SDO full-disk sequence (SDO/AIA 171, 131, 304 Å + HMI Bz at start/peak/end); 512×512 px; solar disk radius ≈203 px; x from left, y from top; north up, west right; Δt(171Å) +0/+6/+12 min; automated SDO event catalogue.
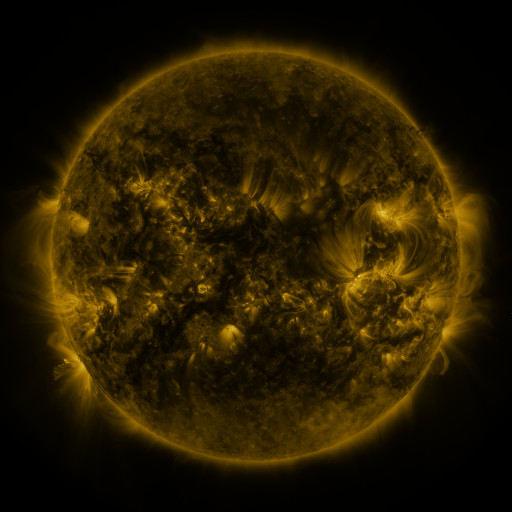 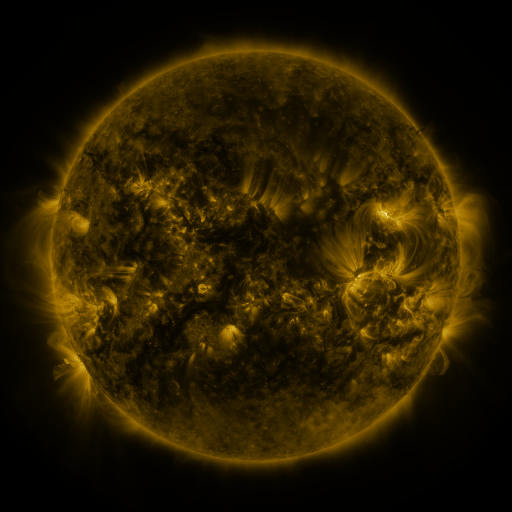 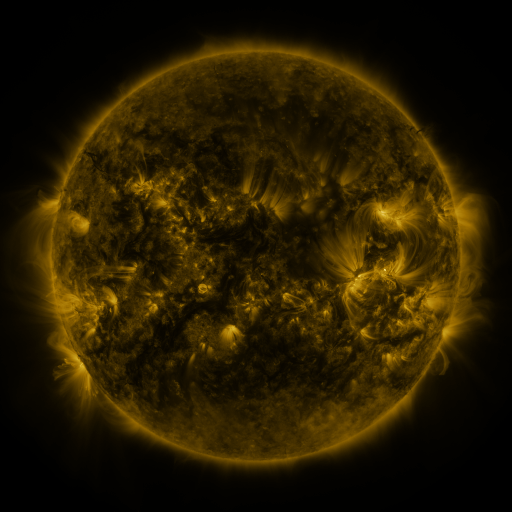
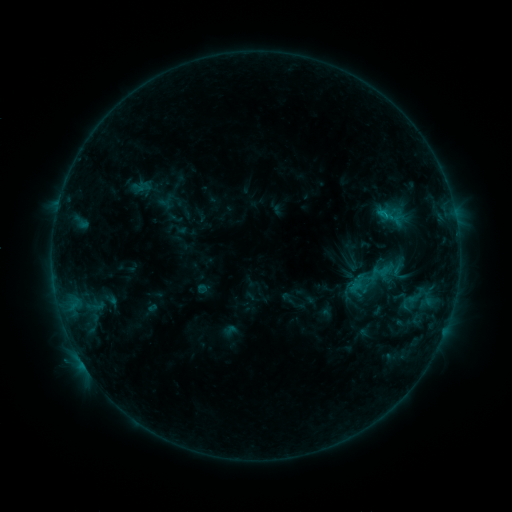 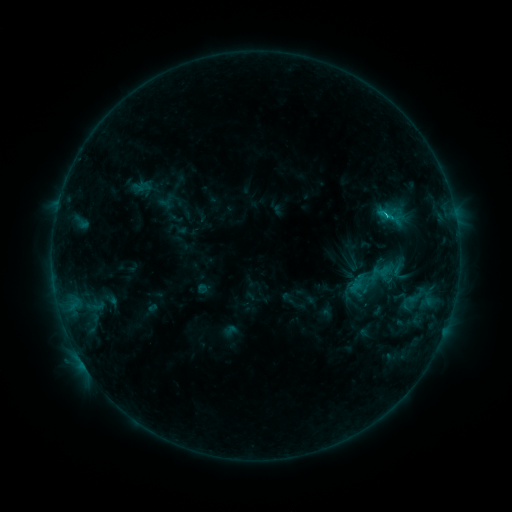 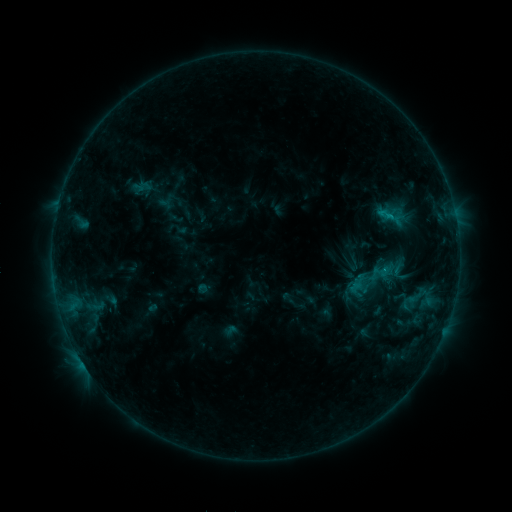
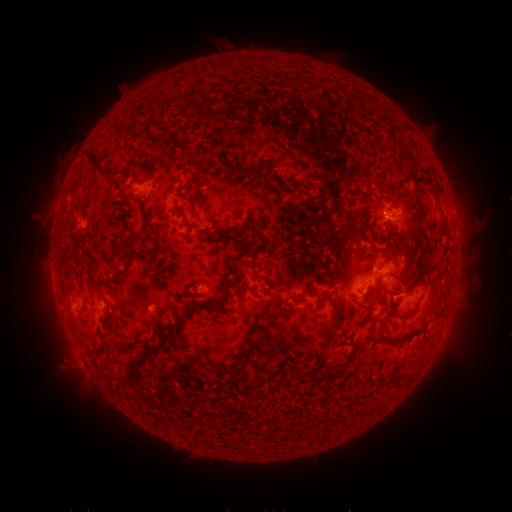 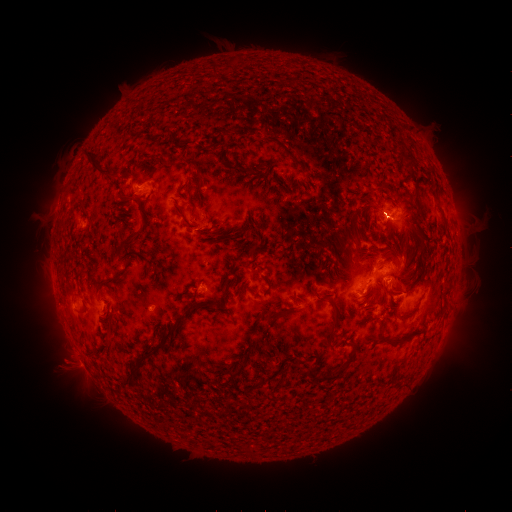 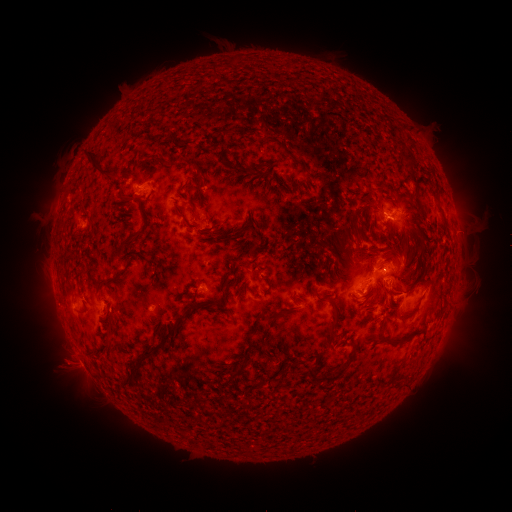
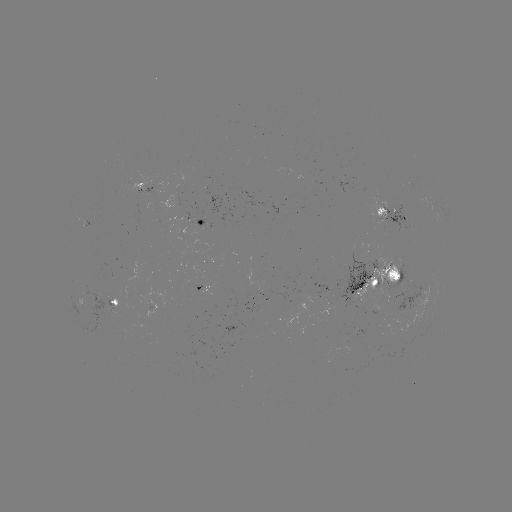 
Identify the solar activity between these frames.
C1.4 flare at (385, 216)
